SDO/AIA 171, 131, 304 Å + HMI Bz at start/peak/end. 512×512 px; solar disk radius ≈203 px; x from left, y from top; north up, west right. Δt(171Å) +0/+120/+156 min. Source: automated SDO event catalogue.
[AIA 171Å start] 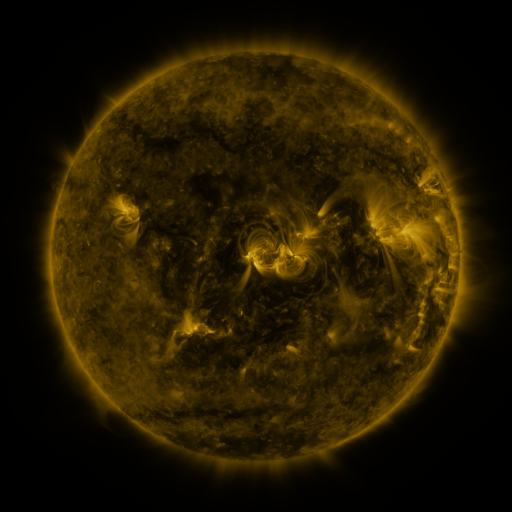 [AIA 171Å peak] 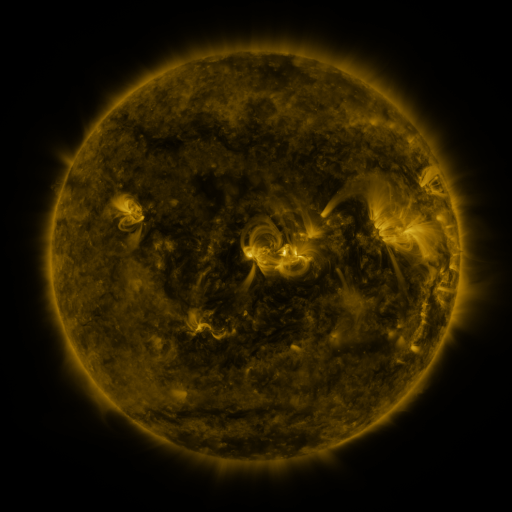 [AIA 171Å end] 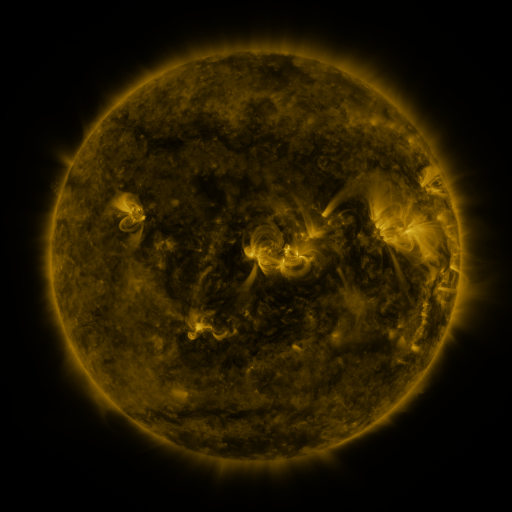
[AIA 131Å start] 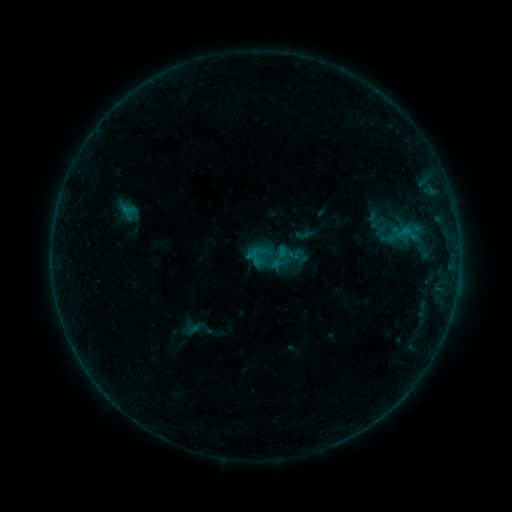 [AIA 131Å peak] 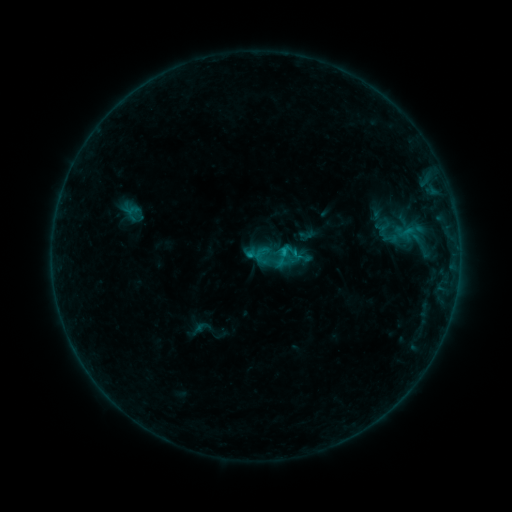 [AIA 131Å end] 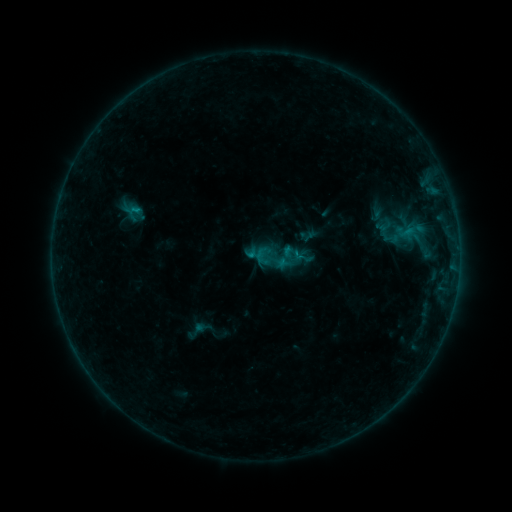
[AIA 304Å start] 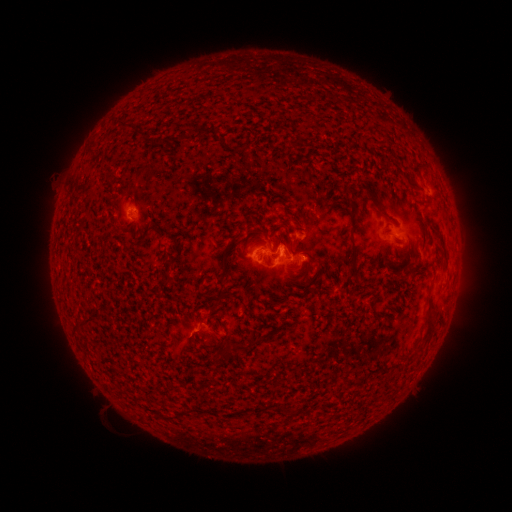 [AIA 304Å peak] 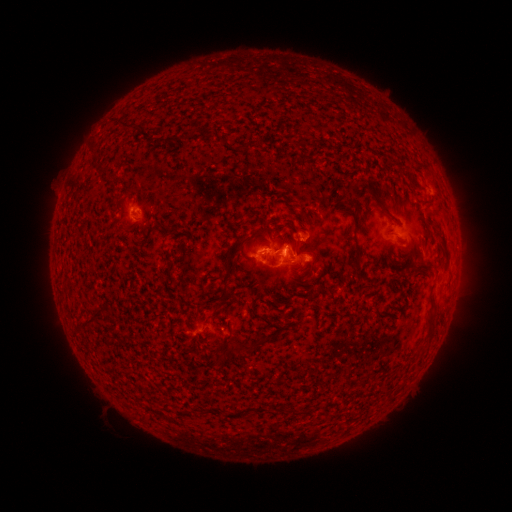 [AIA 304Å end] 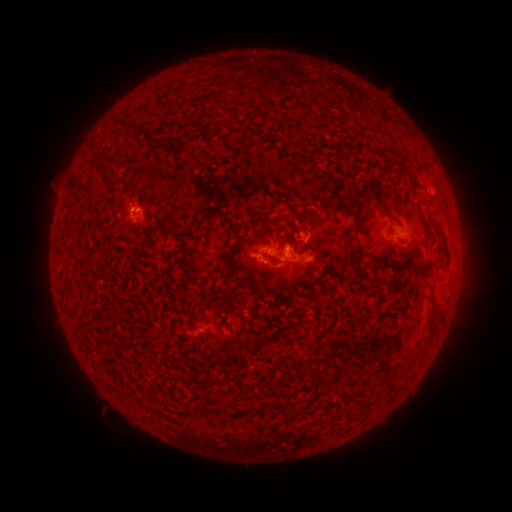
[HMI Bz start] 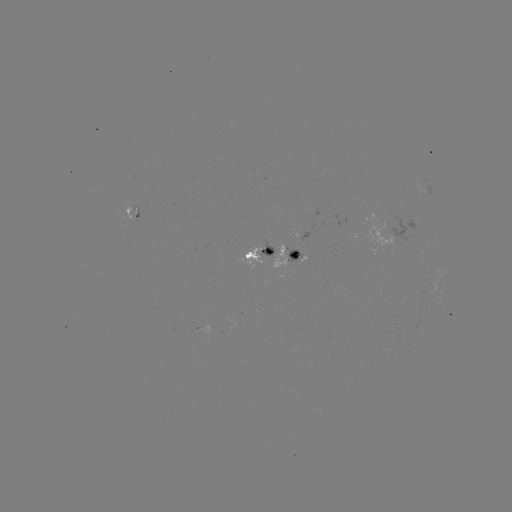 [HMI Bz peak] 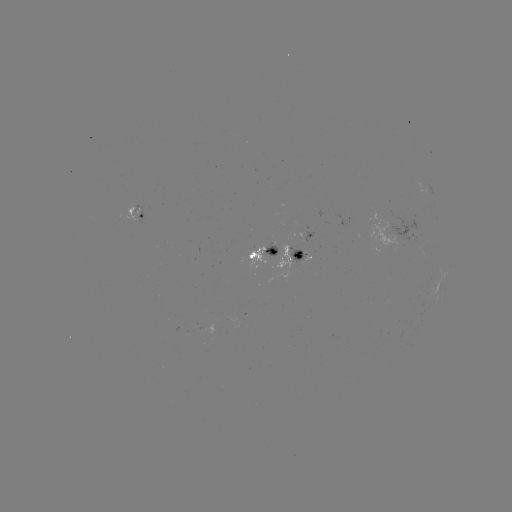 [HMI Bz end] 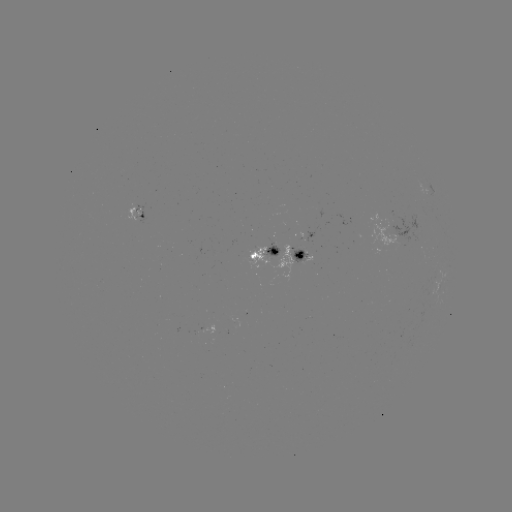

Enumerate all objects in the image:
emerging-flux region: (312, 253)
